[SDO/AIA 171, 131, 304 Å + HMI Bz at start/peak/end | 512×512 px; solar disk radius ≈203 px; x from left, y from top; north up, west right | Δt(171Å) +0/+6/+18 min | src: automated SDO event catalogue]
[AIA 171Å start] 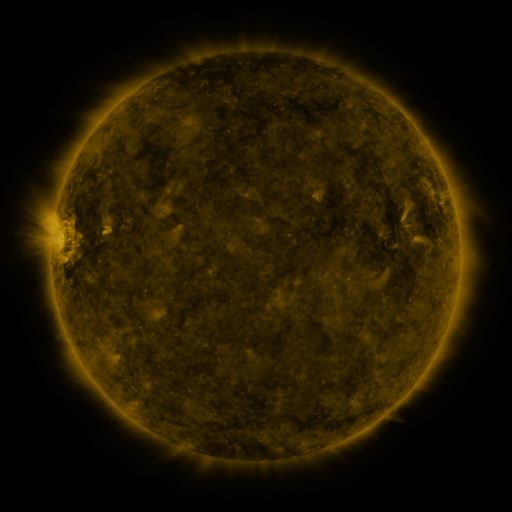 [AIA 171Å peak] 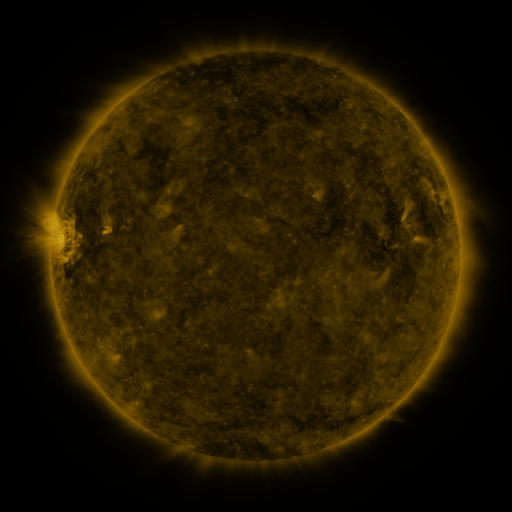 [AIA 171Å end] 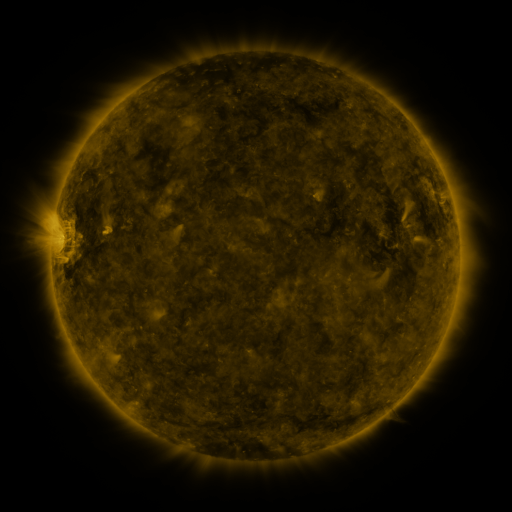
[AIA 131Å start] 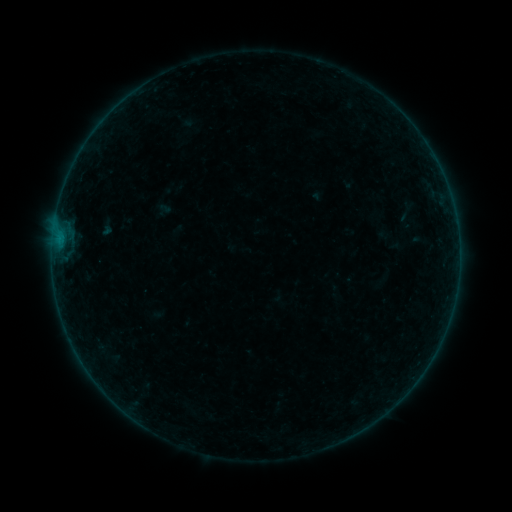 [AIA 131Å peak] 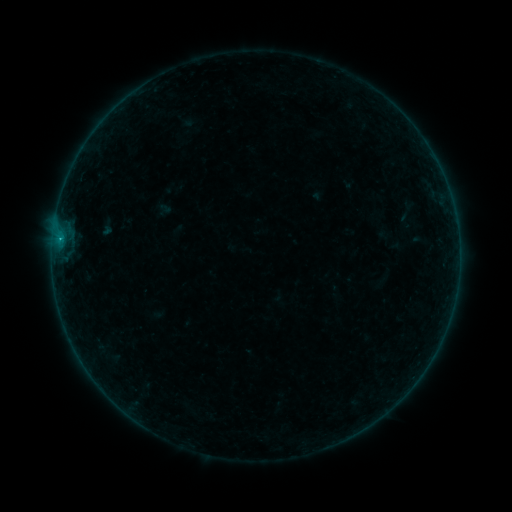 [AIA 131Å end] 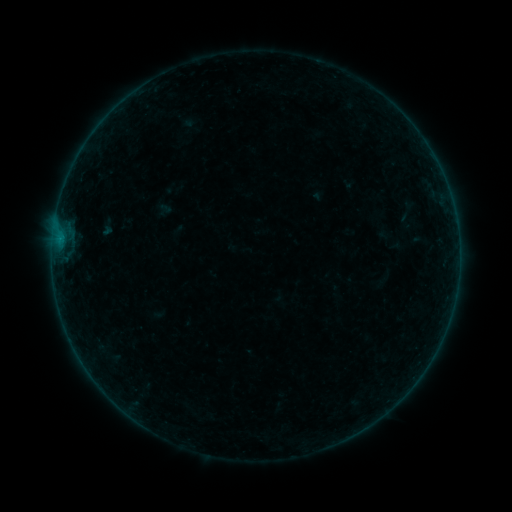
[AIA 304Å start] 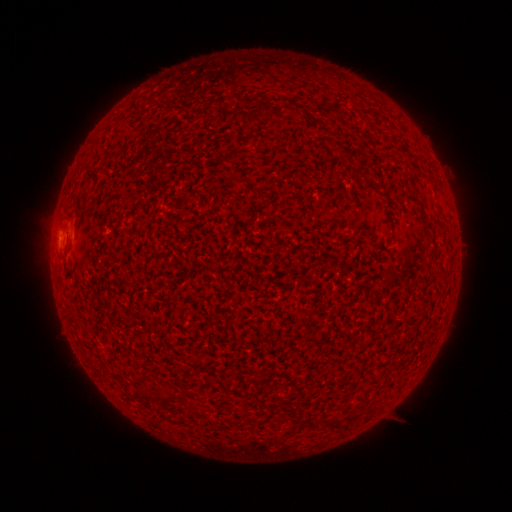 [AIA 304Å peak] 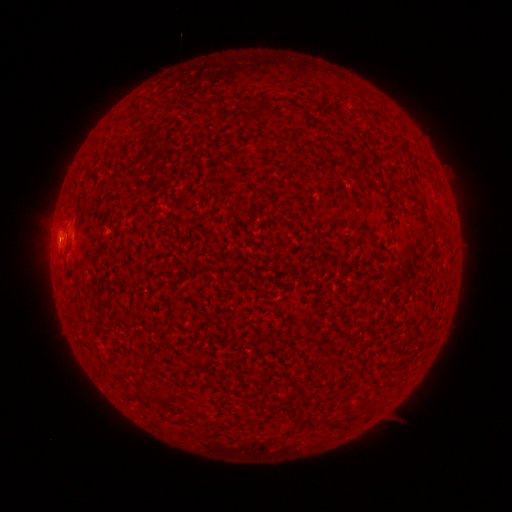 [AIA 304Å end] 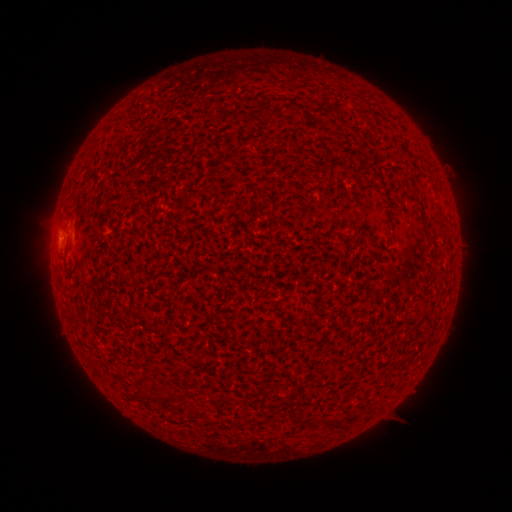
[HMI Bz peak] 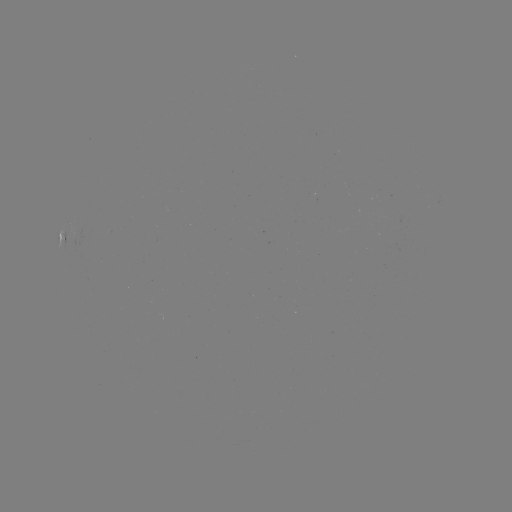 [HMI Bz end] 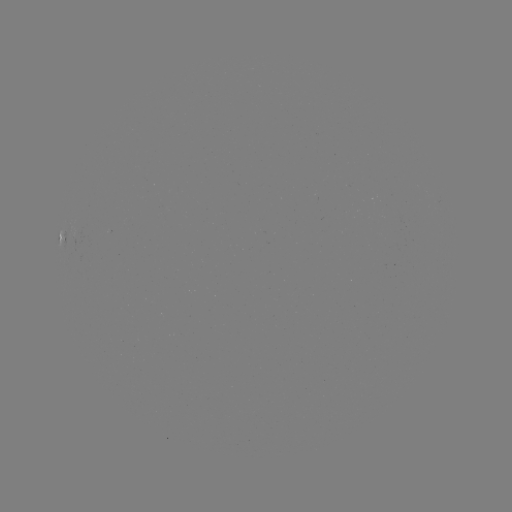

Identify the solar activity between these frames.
B1.1 flare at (60, 242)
